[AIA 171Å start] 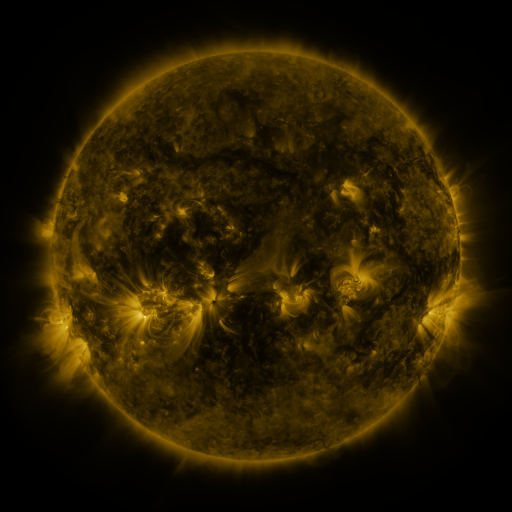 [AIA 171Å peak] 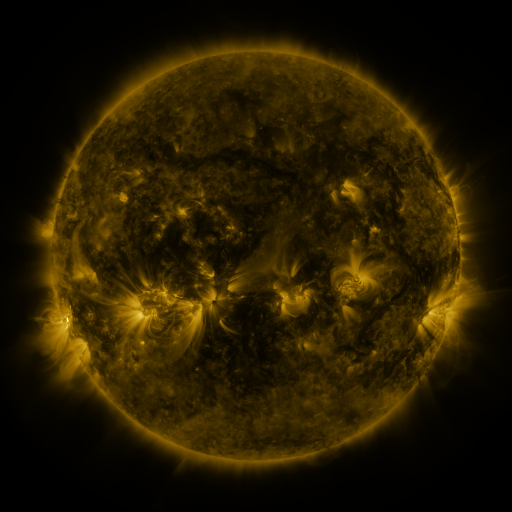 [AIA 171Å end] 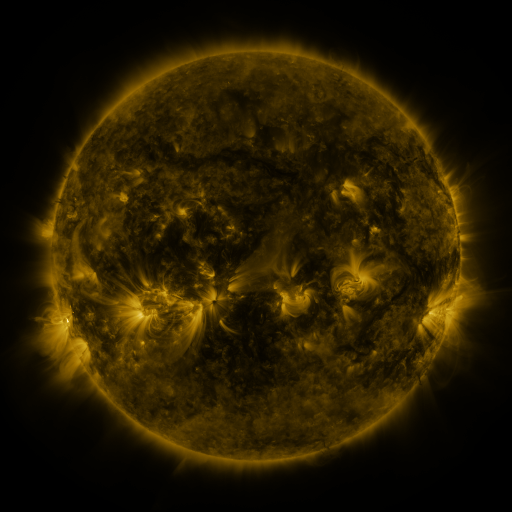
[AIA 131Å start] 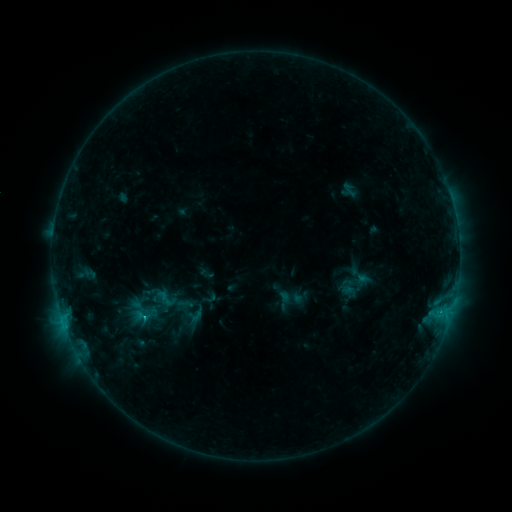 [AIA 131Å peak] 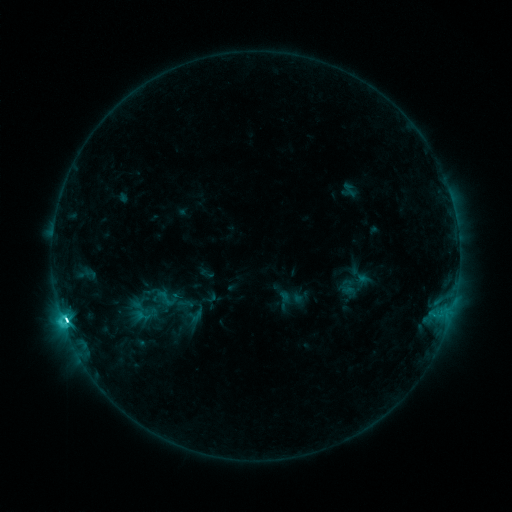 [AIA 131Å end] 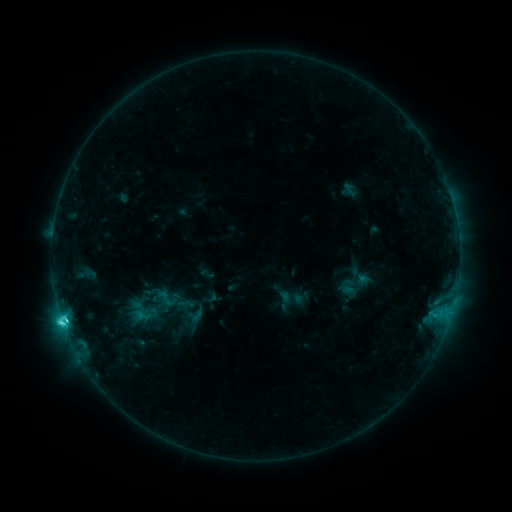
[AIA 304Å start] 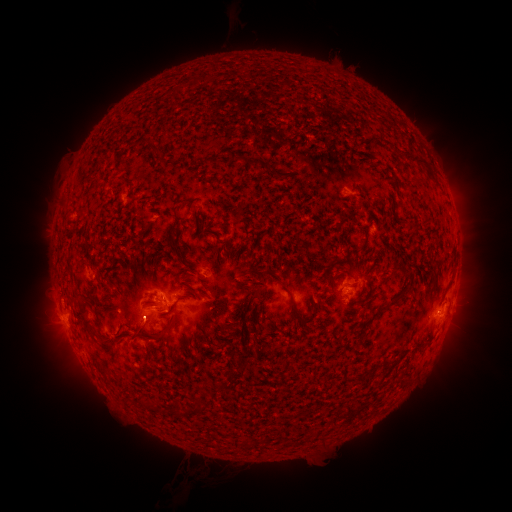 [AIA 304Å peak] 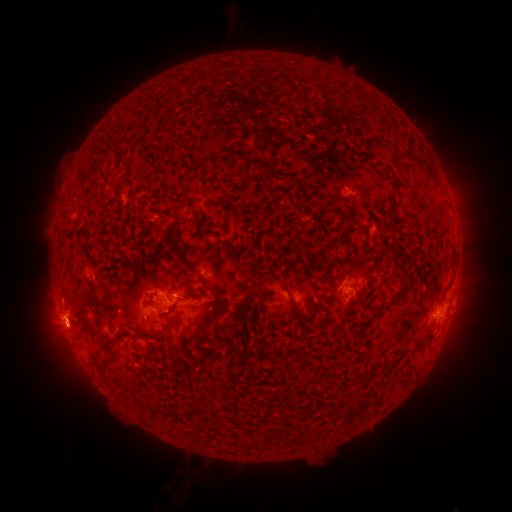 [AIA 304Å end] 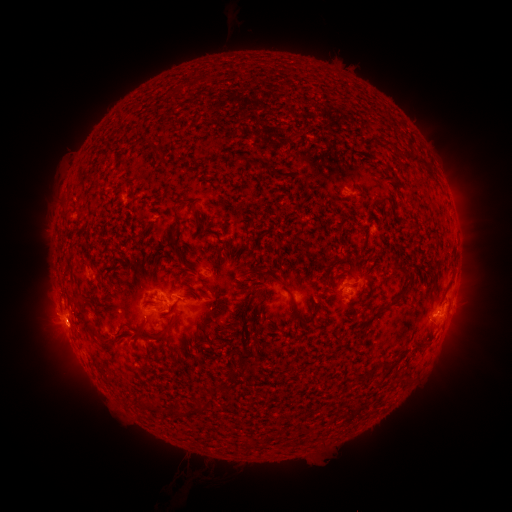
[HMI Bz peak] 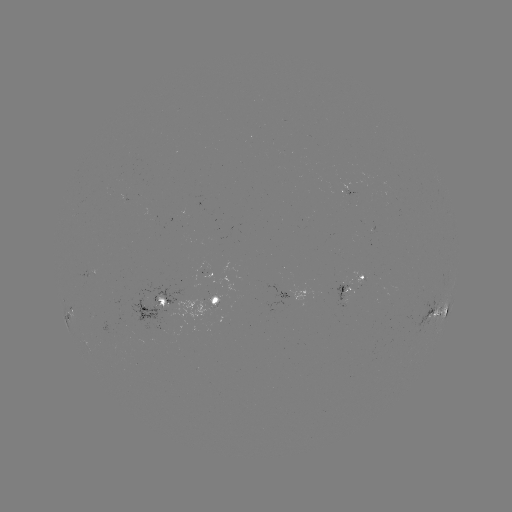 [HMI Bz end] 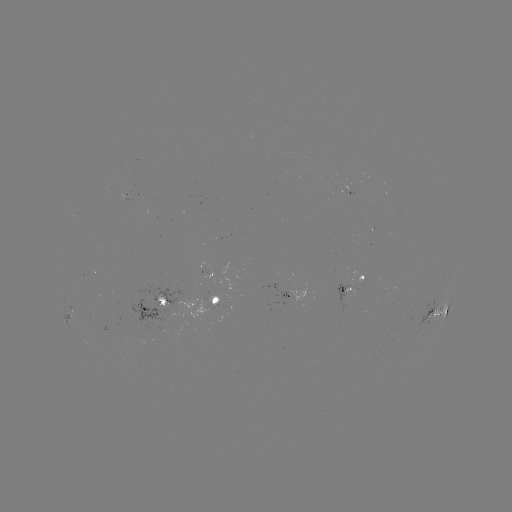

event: flare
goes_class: C8.4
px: (66, 320)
